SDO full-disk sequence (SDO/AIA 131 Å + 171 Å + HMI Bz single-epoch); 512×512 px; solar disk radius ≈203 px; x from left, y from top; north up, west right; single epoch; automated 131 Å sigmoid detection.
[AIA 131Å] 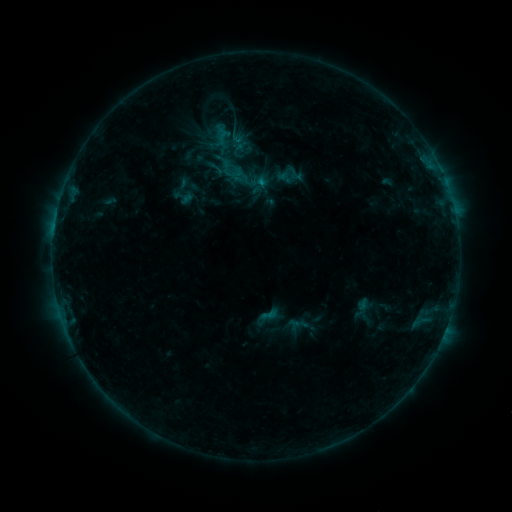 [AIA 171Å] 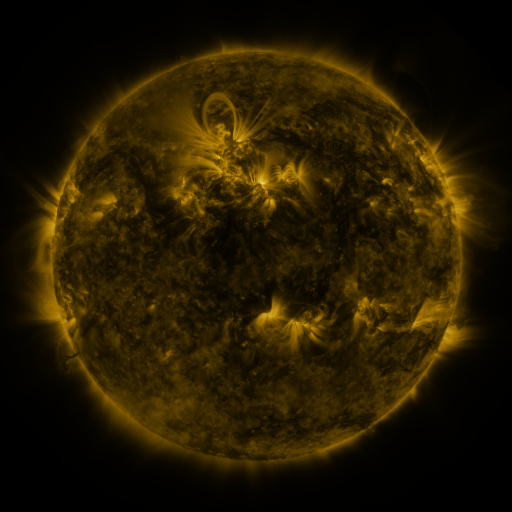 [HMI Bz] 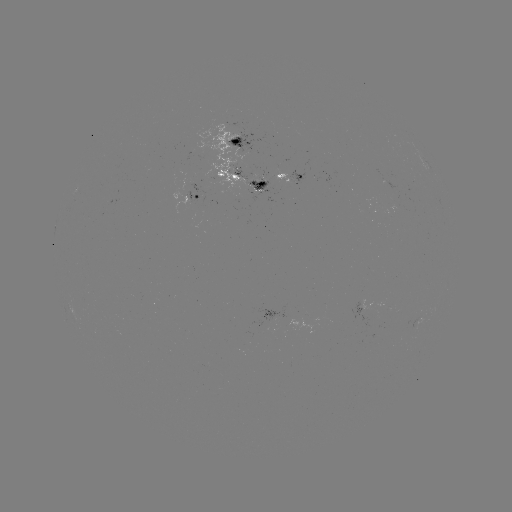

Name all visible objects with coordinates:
sigmoid: (185, 197)
sigmoid: (270, 315)
